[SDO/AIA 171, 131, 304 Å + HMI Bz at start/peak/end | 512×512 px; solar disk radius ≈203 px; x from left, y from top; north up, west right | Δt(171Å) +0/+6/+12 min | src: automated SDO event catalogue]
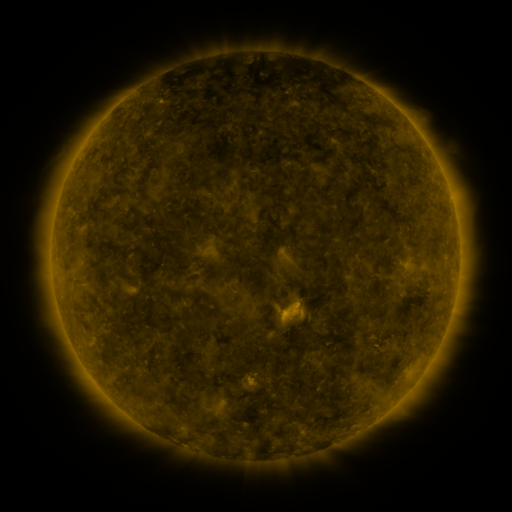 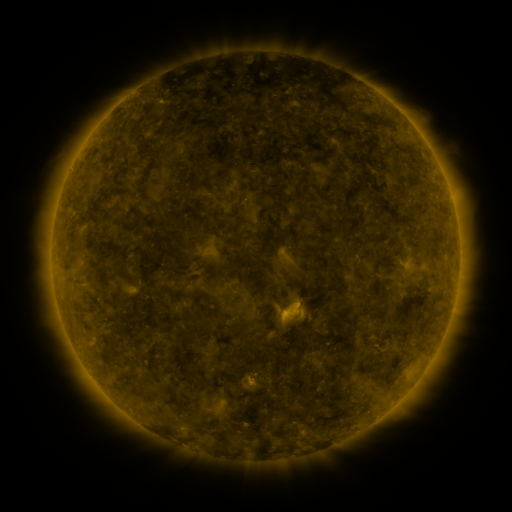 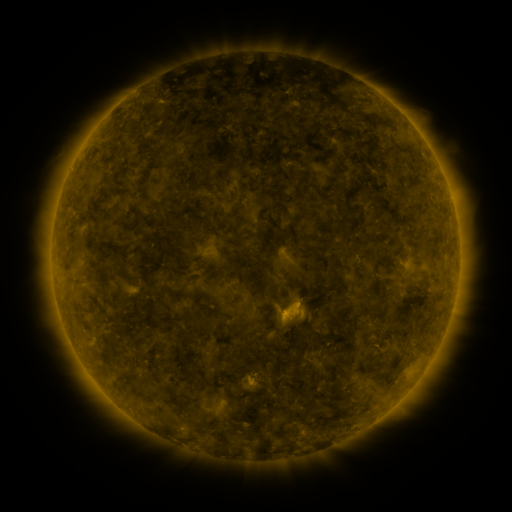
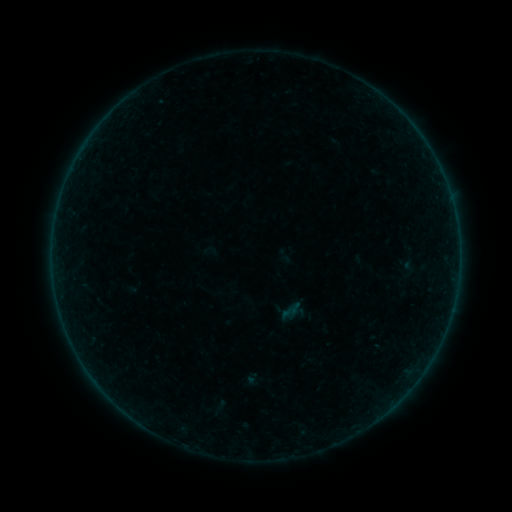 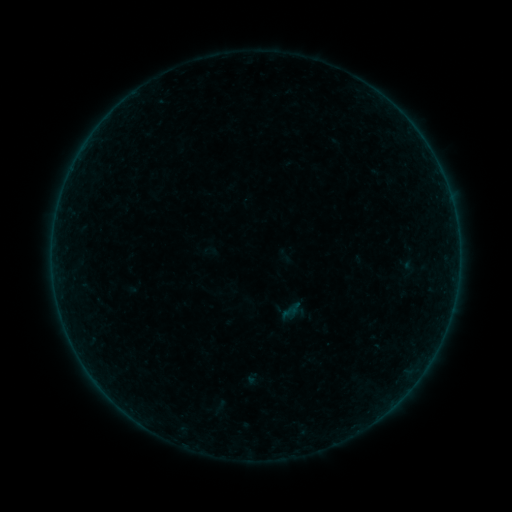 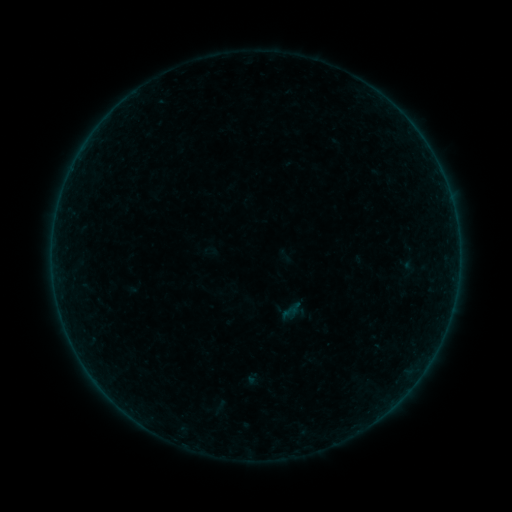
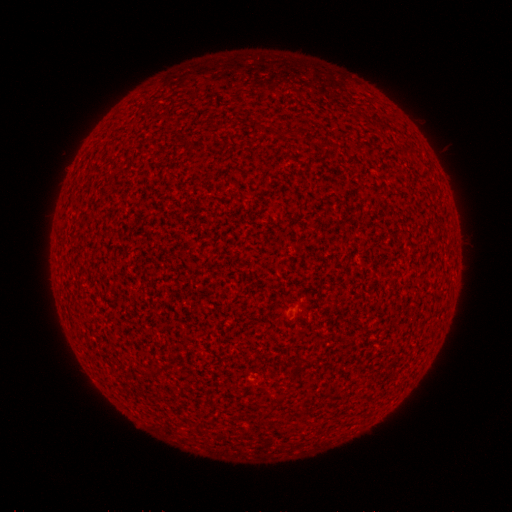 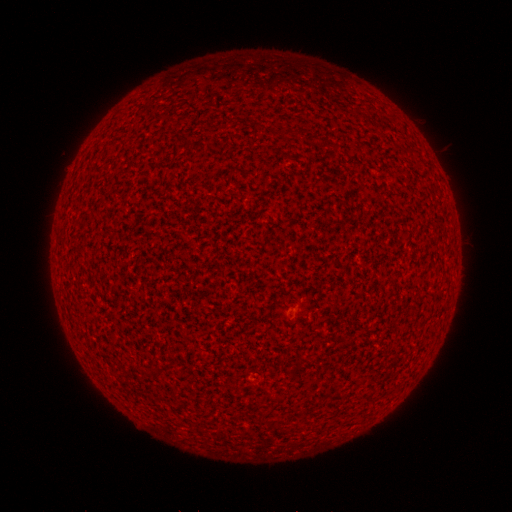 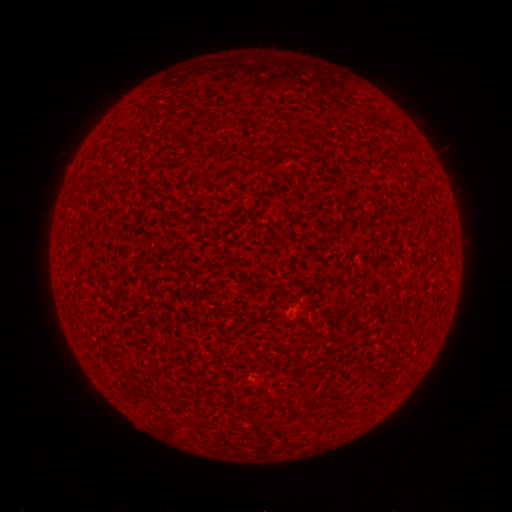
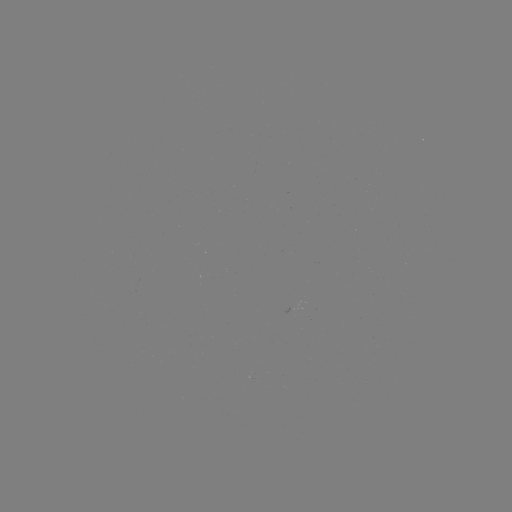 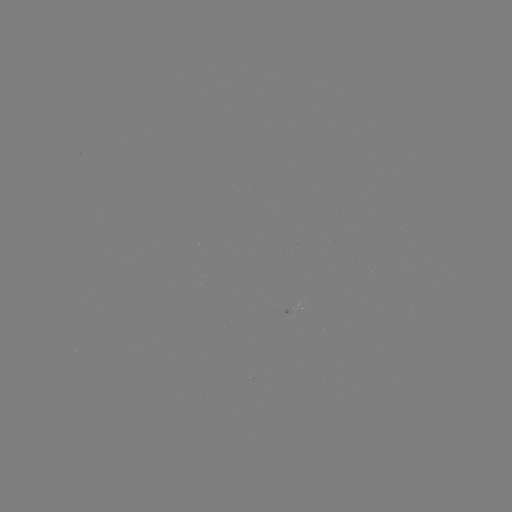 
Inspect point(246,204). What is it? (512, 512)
A6.6 flare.